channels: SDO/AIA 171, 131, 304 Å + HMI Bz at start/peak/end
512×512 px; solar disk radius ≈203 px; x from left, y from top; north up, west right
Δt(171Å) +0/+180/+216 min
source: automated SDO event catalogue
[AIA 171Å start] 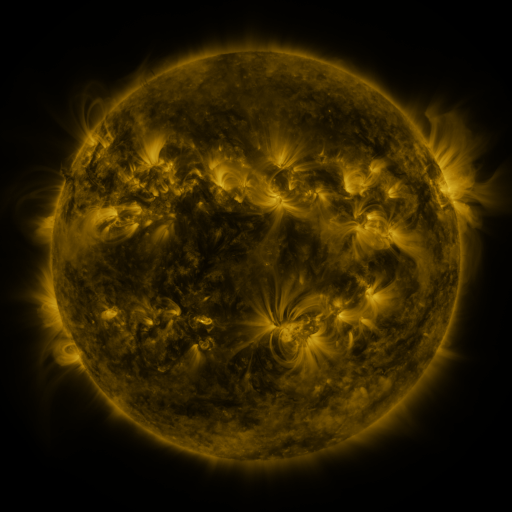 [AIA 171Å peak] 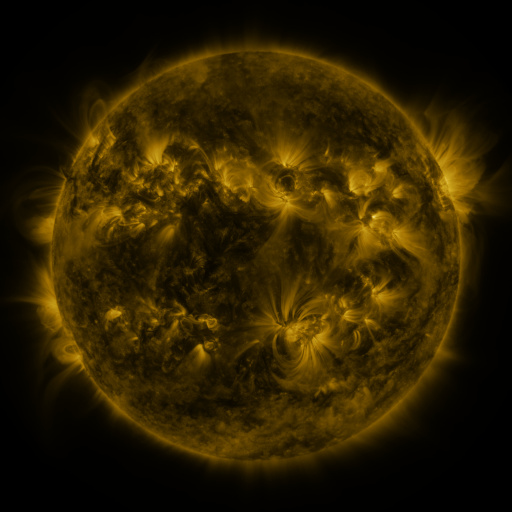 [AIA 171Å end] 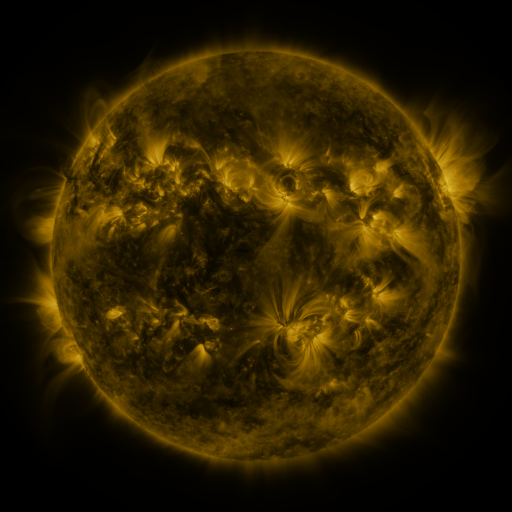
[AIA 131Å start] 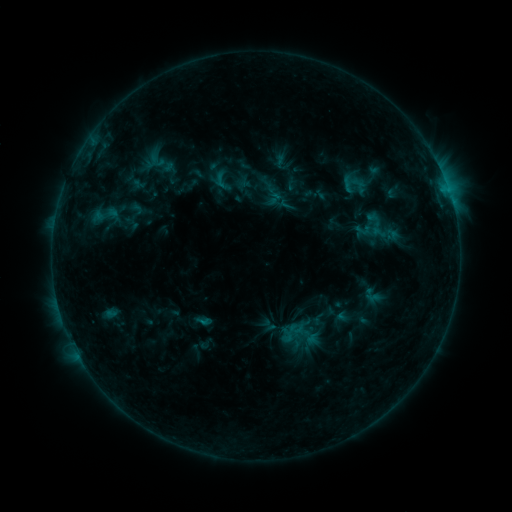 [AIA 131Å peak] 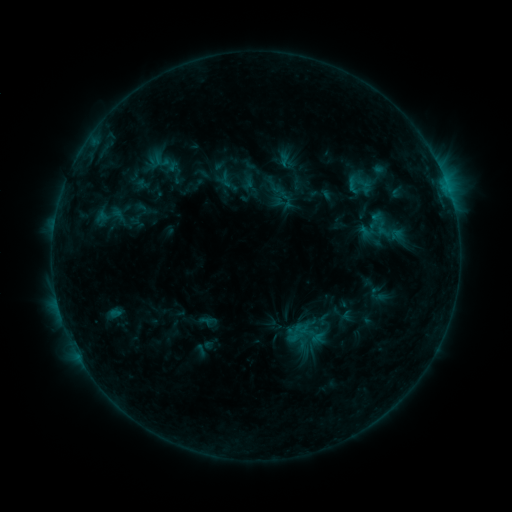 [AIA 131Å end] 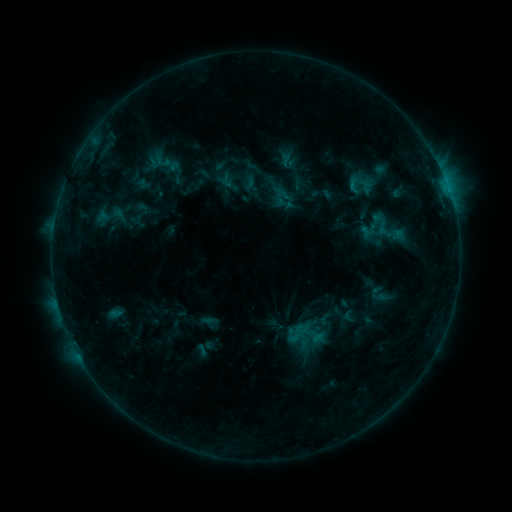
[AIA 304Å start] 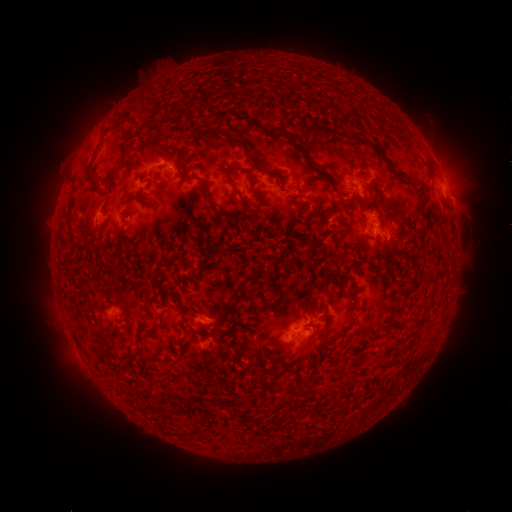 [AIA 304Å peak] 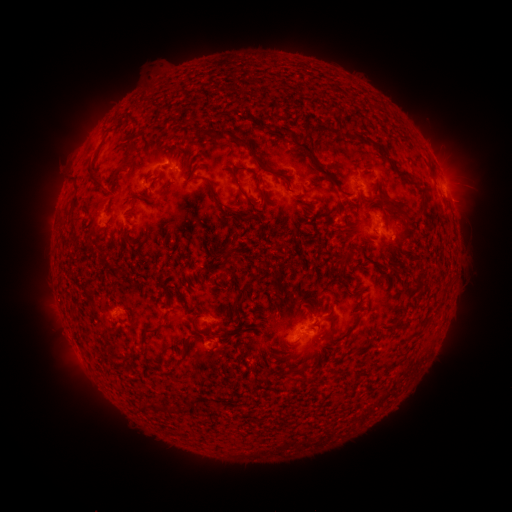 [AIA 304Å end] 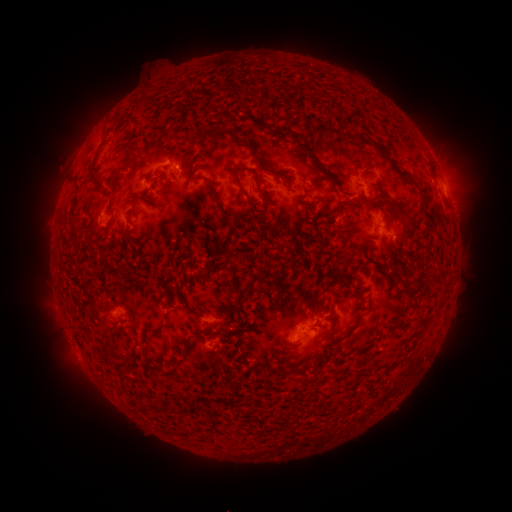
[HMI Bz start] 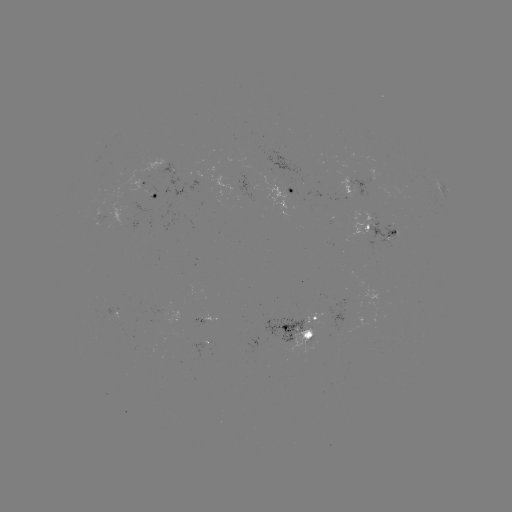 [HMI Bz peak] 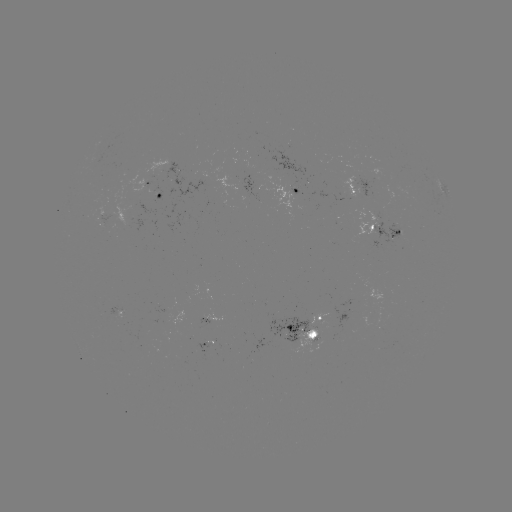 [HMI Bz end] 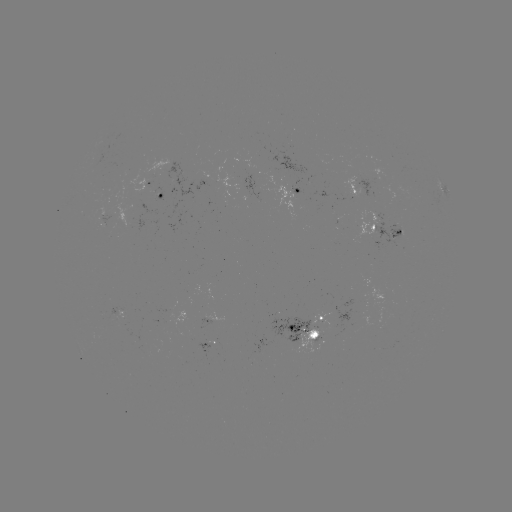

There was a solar emerging-flux region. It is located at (214, 341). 